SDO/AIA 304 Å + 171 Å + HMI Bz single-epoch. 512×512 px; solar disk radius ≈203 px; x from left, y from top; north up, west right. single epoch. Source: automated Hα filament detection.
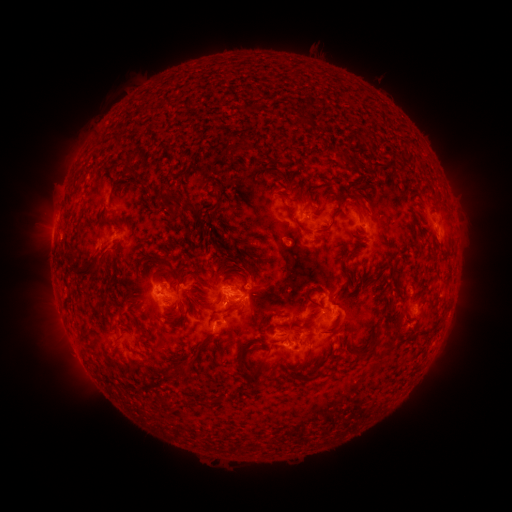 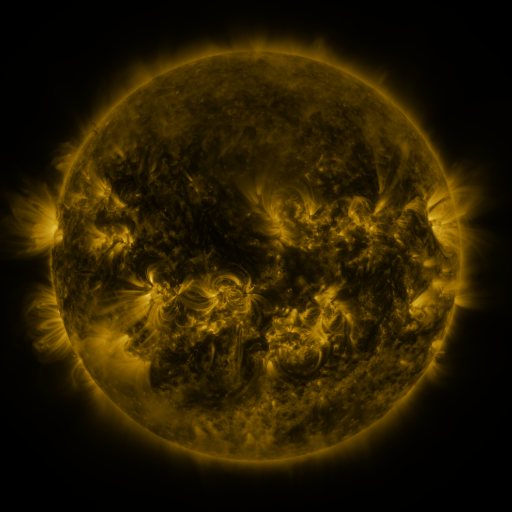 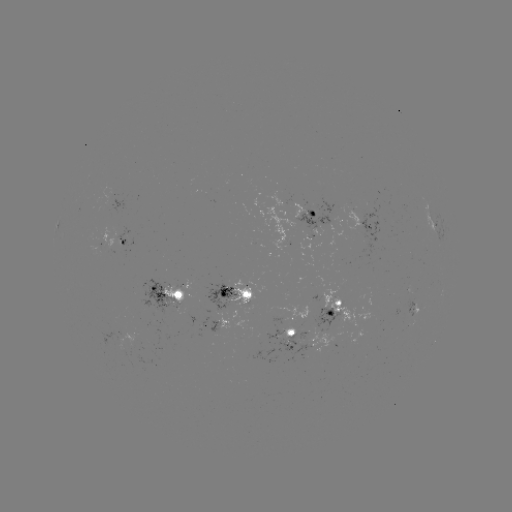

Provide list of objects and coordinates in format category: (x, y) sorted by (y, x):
filament: (384, 114)
filament: (241, 145)
filament: (234, 164)
filament: (128, 174)
filament: (357, 195)
filament: (295, 198)
filament: (179, 201)
filament: (215, 207)
filament: (358, 210)
filament: (172, 215)
filament: (112, 223)
filament: (325, 228)
filament: (245, 262)
filament: (84, 275)
filament: (168, 275)
filament: (308, 291)
filament: (249, 306)
filament: (400, 324)
filament: (144, 332)
filament: (310, 351)
filament: (365, 351)
filament: (244, 354)
filament: (319, 373)
filament: (247, 377)
